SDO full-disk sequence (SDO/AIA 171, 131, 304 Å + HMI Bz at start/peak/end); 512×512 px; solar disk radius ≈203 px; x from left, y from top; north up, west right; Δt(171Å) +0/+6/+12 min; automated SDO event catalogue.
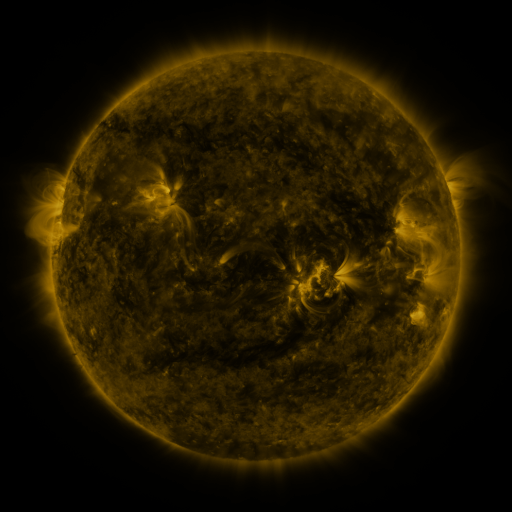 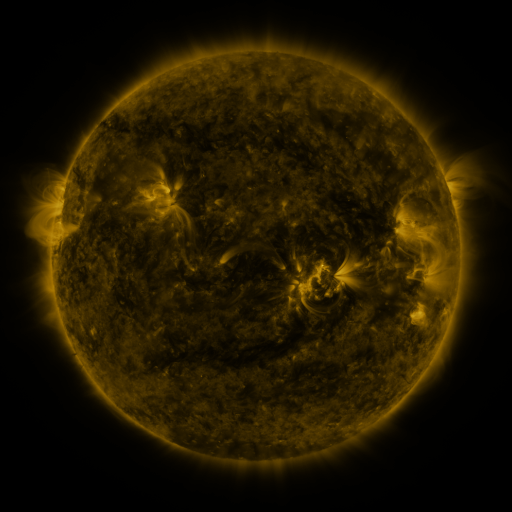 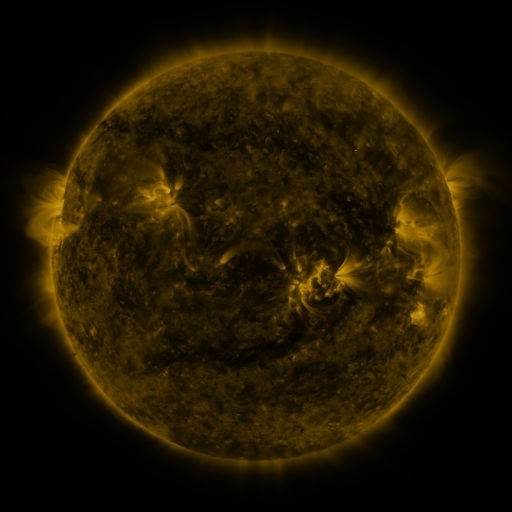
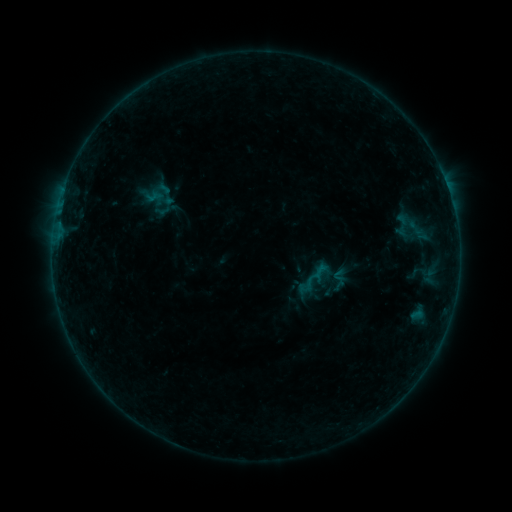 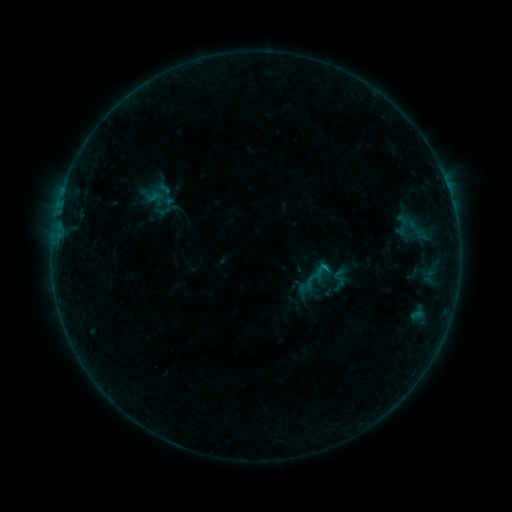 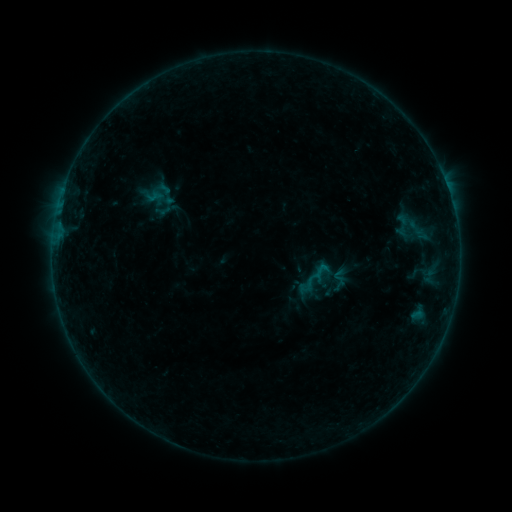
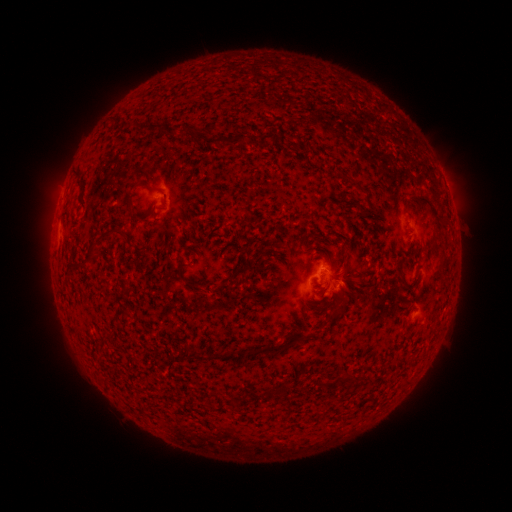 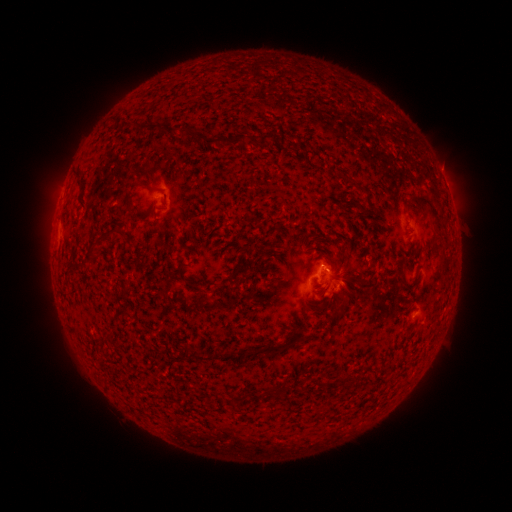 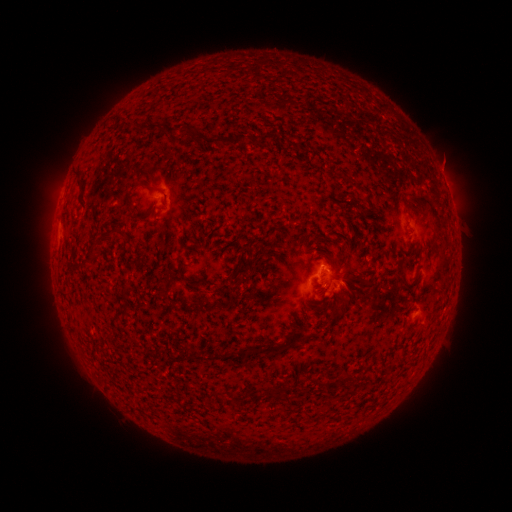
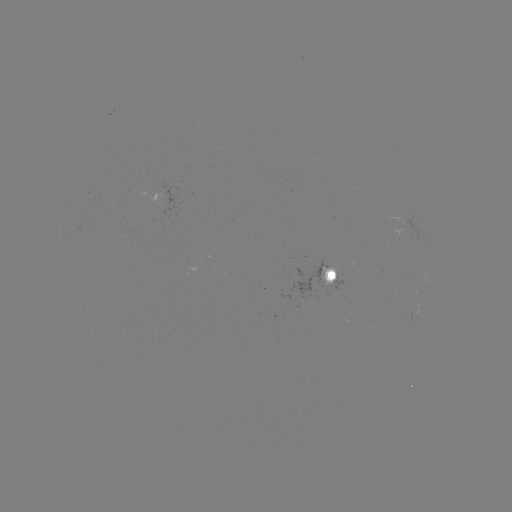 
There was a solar flare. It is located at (322, 264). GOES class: B2.5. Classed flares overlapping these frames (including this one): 1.